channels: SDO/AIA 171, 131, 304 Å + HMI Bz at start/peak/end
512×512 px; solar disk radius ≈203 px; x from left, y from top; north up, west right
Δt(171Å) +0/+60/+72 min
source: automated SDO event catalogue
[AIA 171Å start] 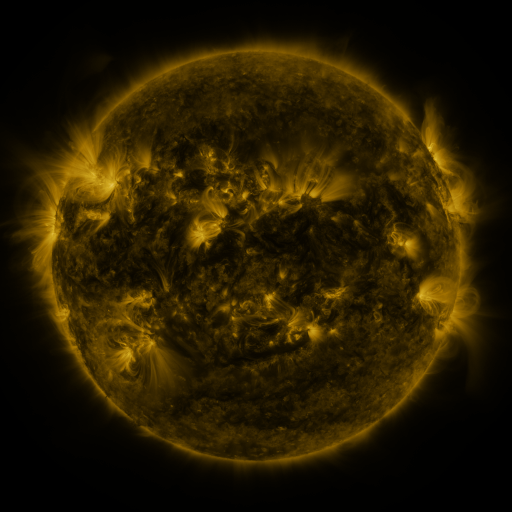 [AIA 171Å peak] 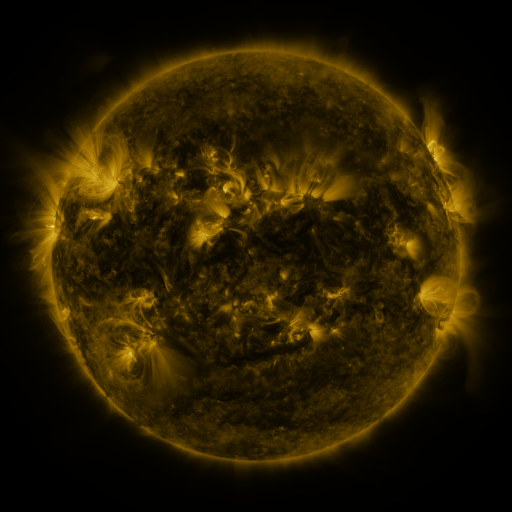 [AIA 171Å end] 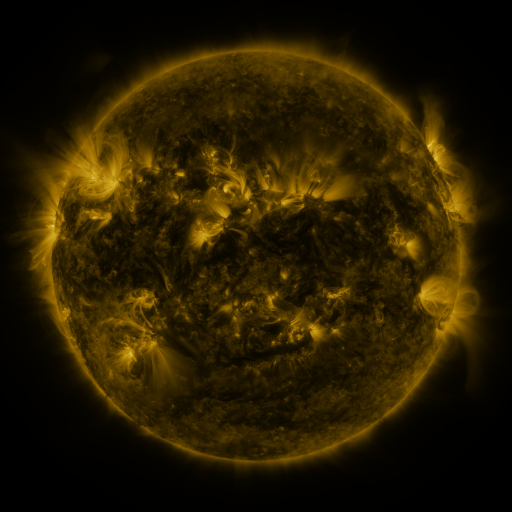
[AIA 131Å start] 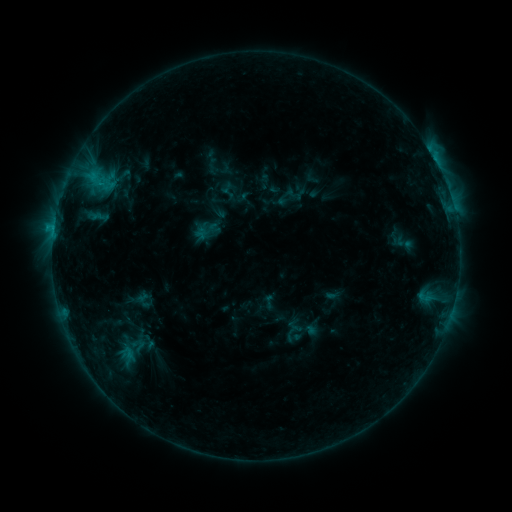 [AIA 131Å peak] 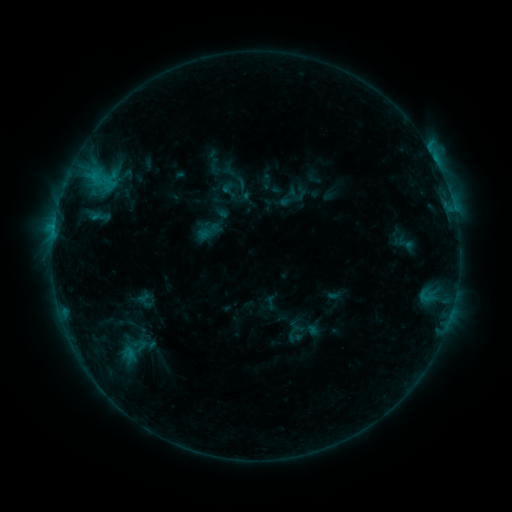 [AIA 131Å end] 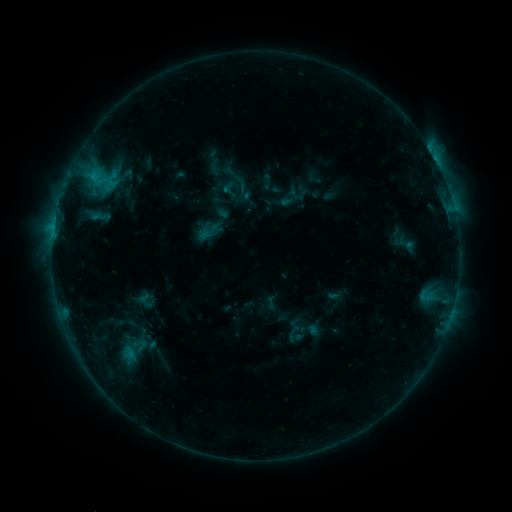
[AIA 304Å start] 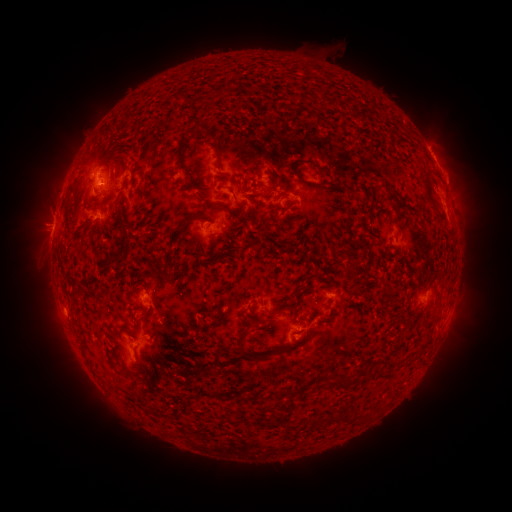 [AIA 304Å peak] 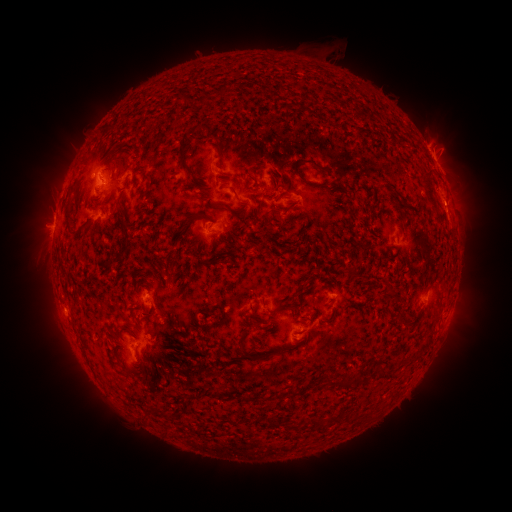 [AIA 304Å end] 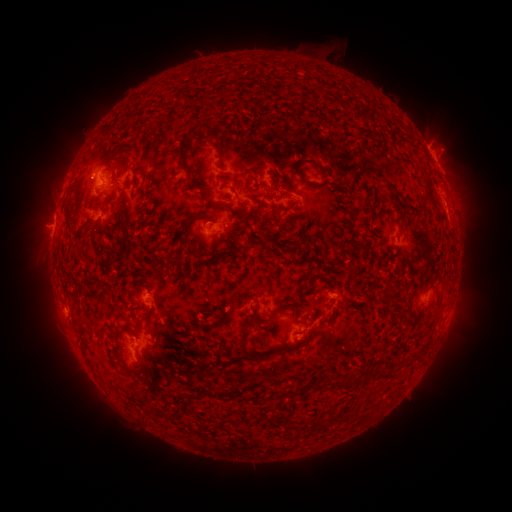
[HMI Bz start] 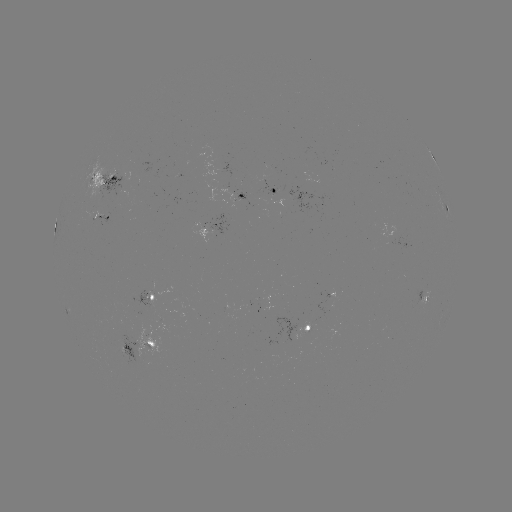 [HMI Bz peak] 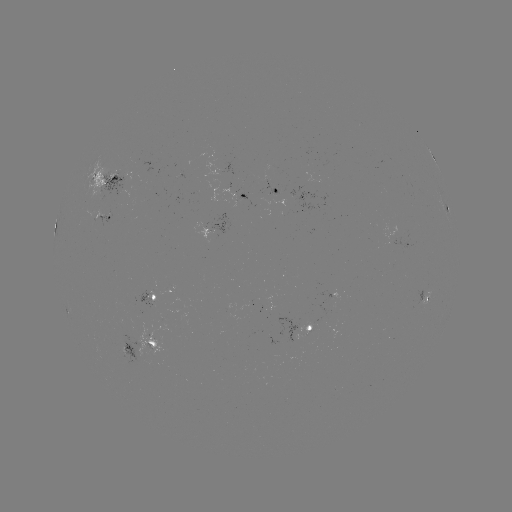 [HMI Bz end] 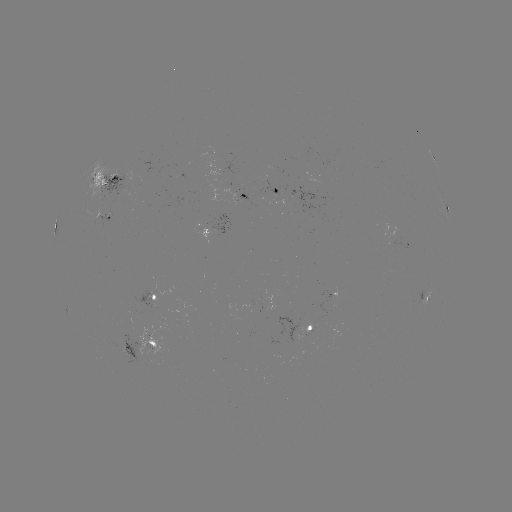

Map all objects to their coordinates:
emerging-flux region: (224, 182)
